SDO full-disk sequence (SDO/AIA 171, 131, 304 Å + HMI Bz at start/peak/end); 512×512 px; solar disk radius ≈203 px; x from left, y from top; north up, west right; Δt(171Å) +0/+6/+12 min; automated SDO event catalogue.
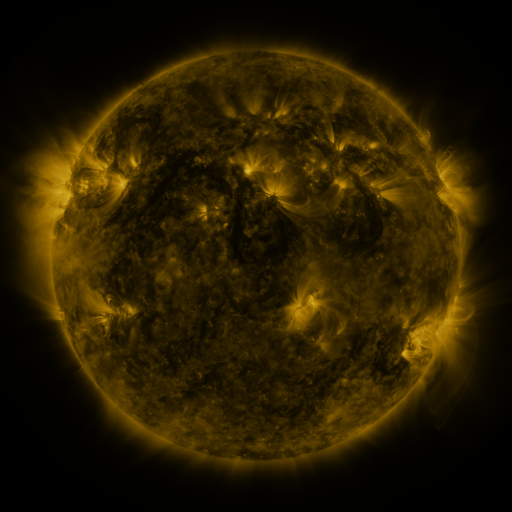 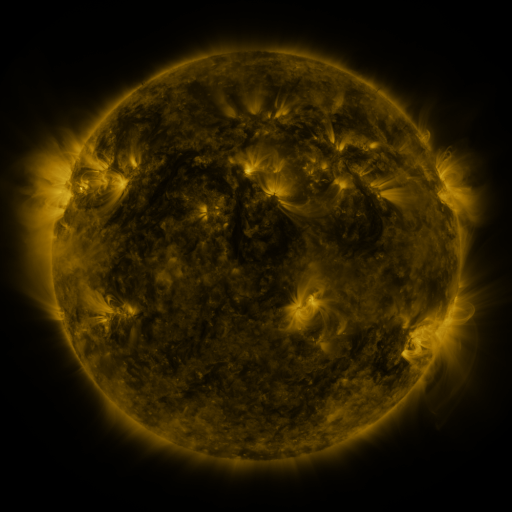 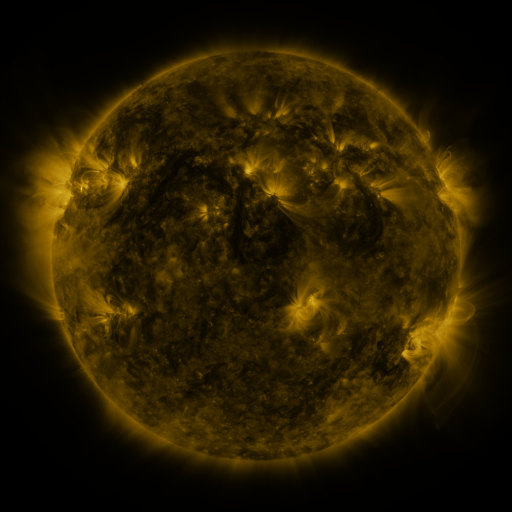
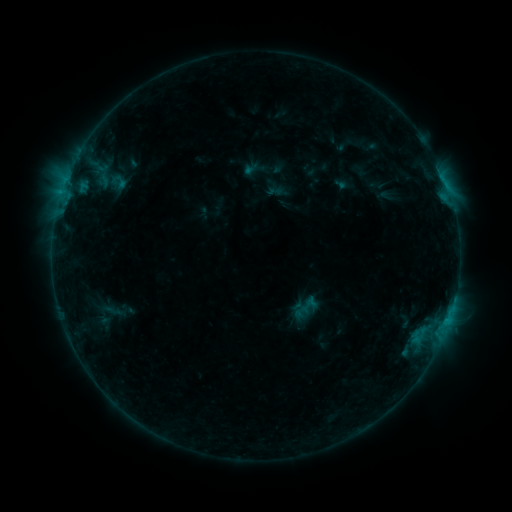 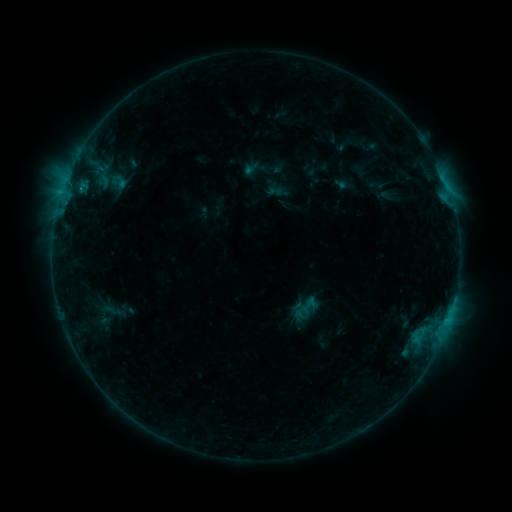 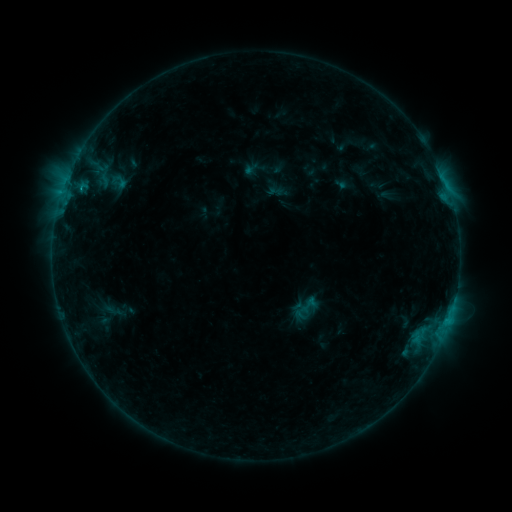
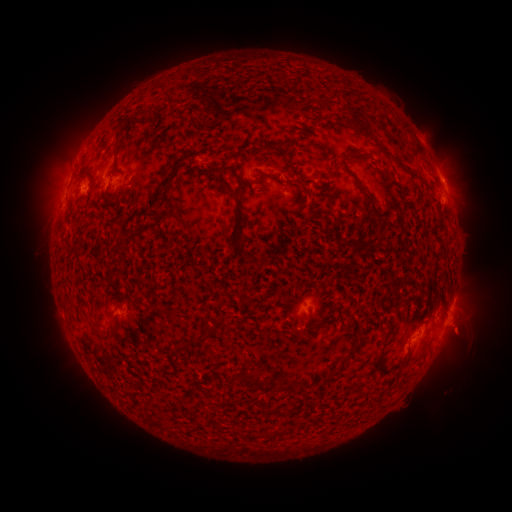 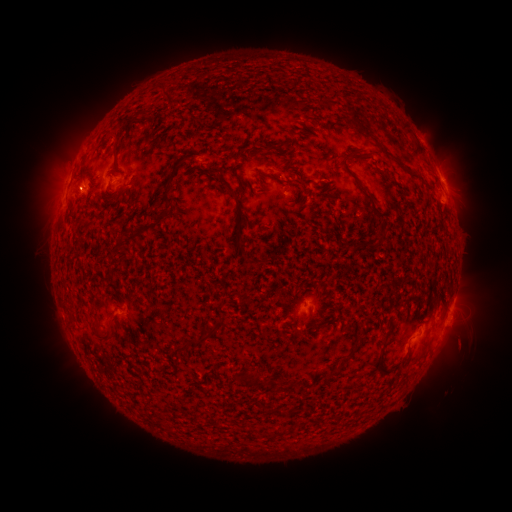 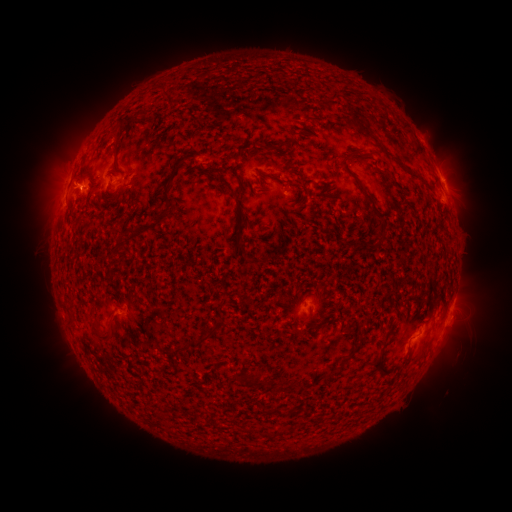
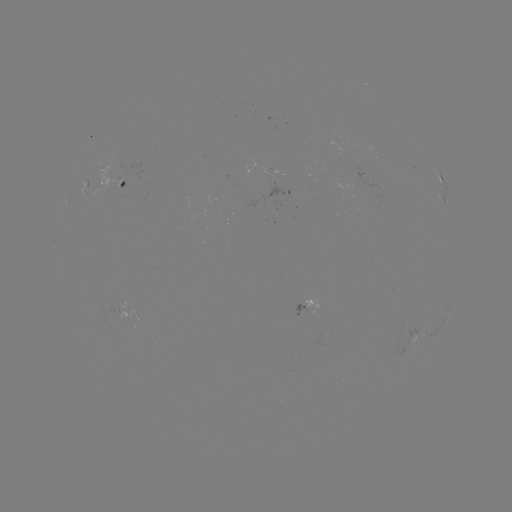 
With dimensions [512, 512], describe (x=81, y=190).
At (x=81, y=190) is B6.6 flare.